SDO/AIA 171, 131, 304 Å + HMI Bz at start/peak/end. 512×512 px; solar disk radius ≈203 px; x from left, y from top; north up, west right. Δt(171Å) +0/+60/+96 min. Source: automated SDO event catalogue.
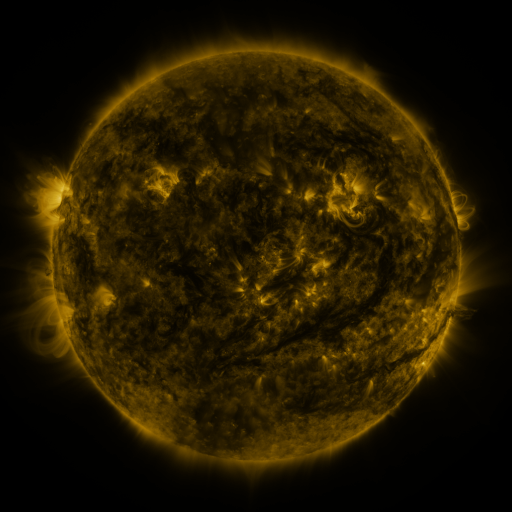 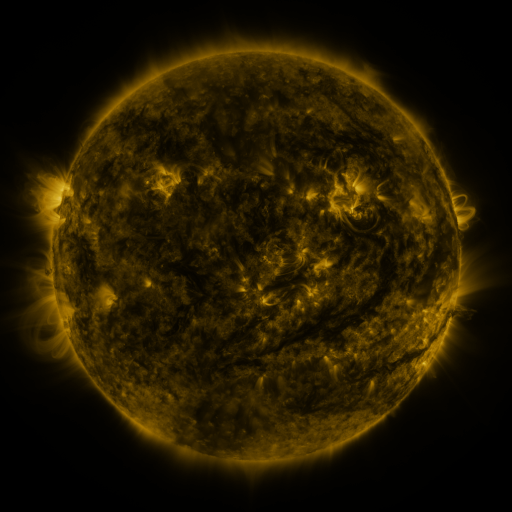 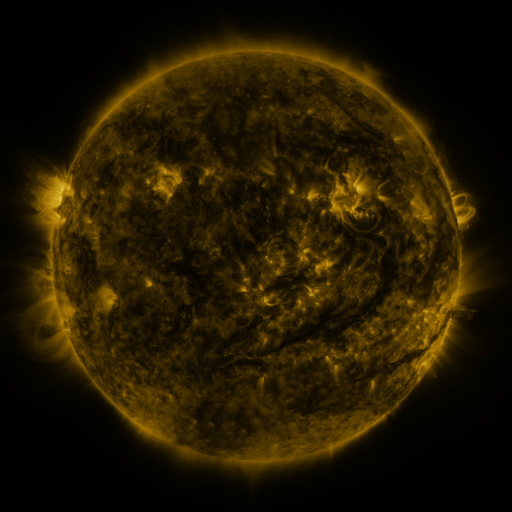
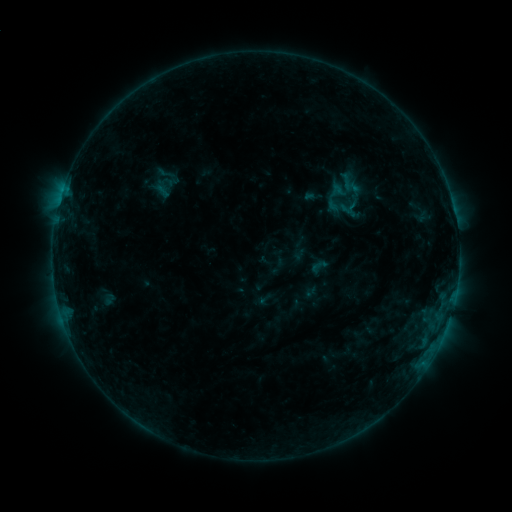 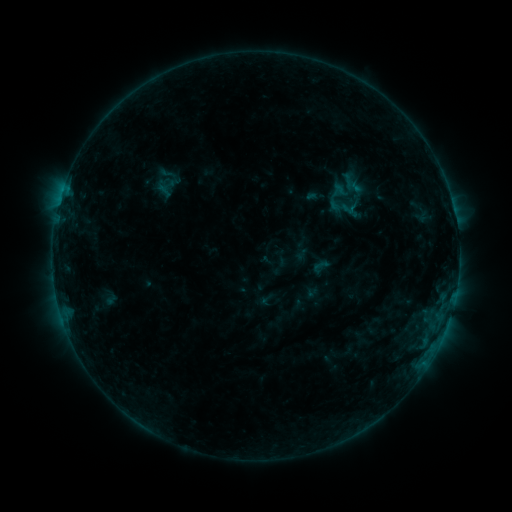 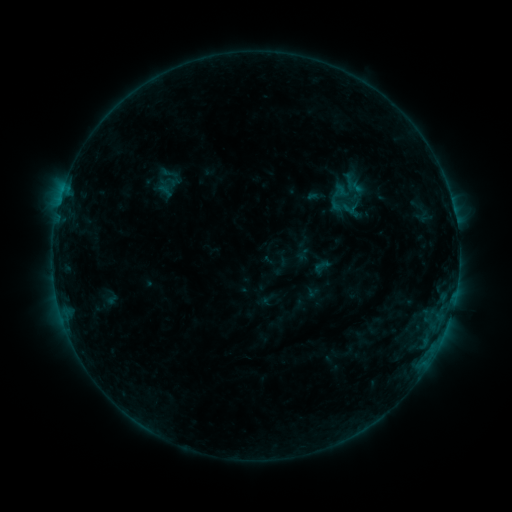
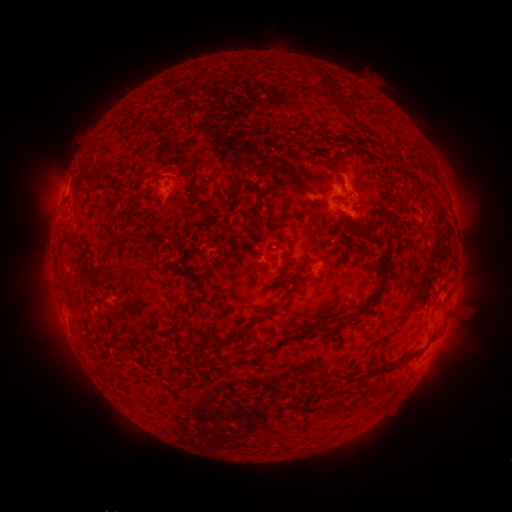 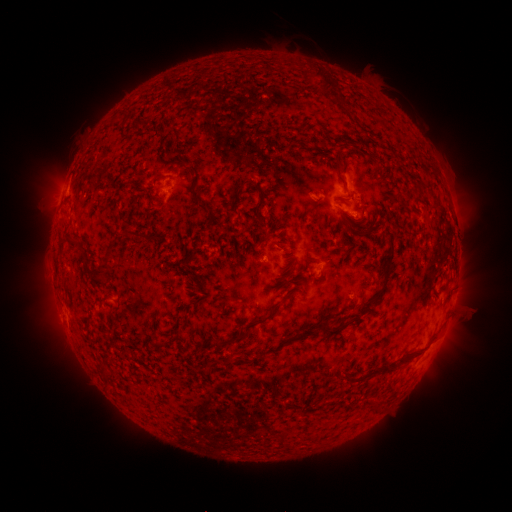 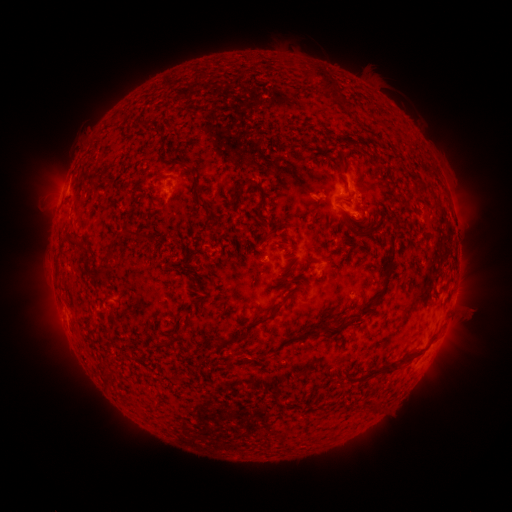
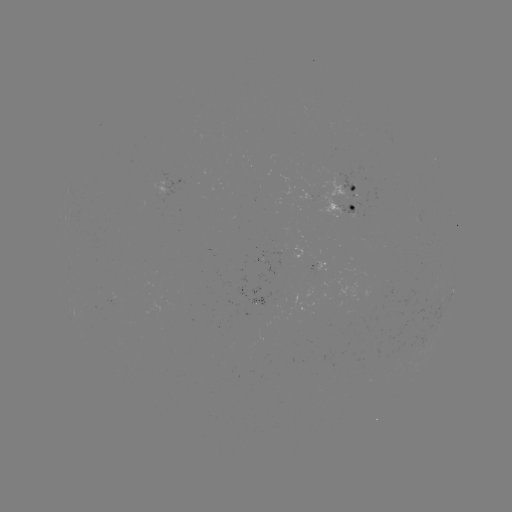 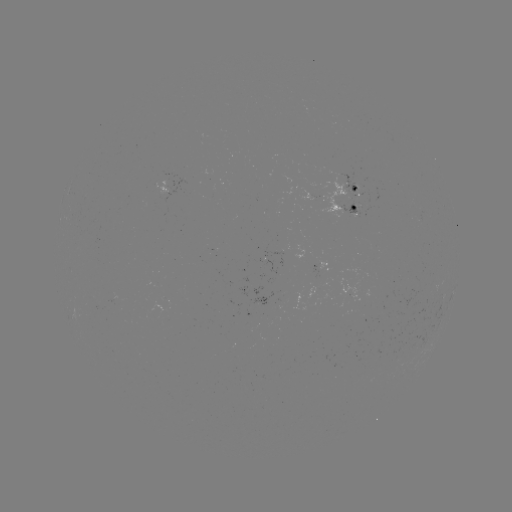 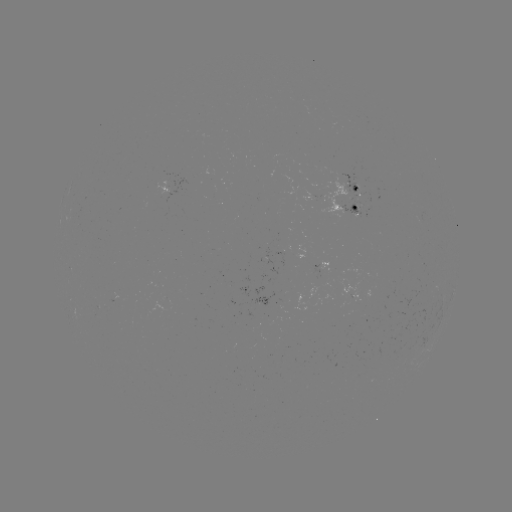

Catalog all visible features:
emerging-flux region: (344, 197)
